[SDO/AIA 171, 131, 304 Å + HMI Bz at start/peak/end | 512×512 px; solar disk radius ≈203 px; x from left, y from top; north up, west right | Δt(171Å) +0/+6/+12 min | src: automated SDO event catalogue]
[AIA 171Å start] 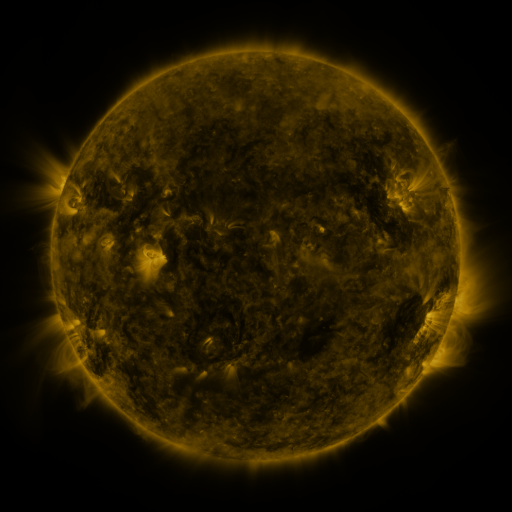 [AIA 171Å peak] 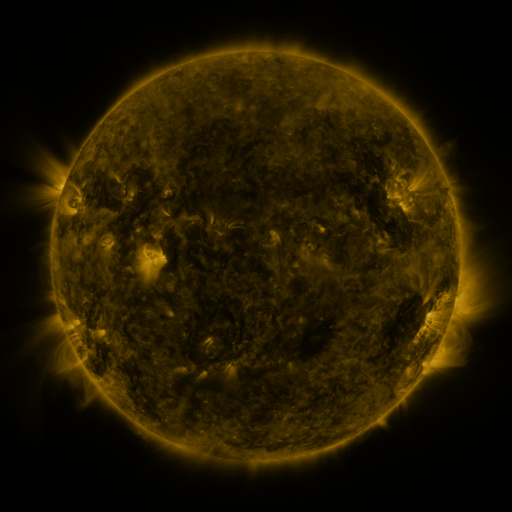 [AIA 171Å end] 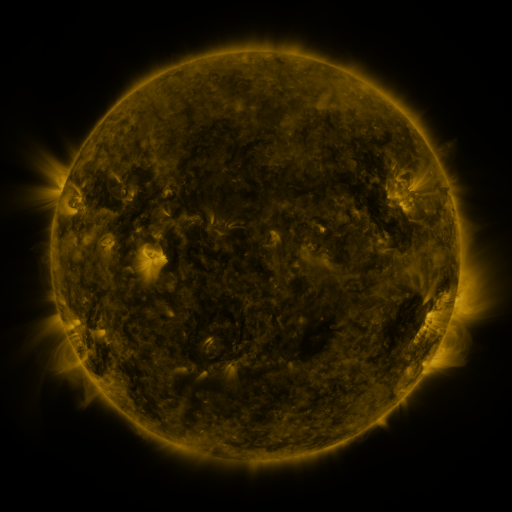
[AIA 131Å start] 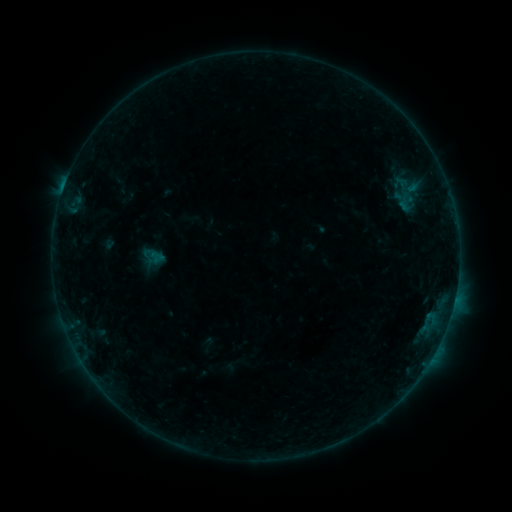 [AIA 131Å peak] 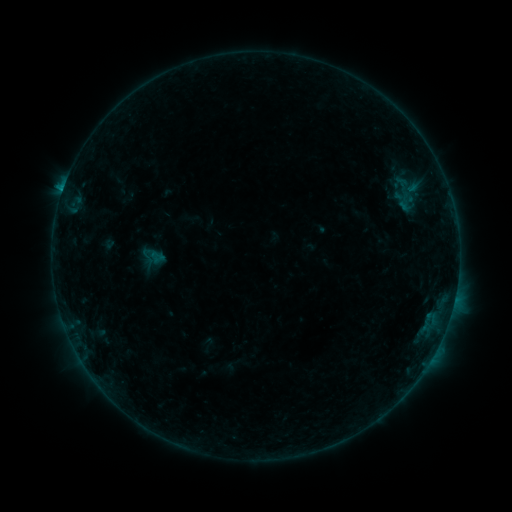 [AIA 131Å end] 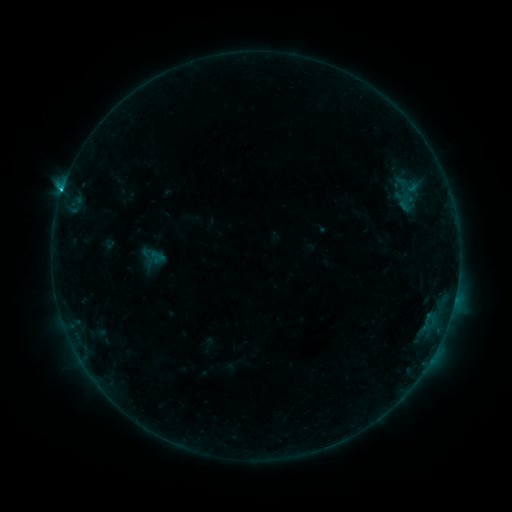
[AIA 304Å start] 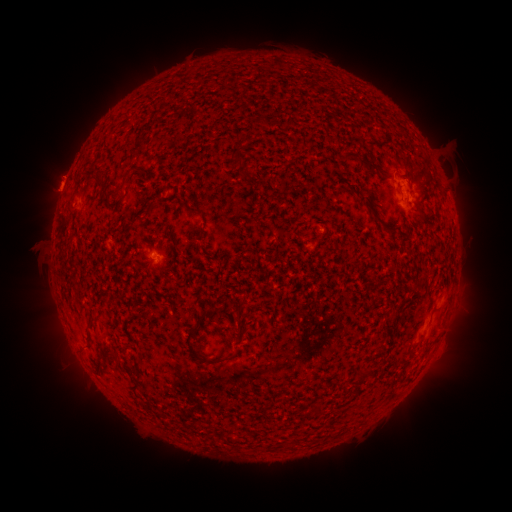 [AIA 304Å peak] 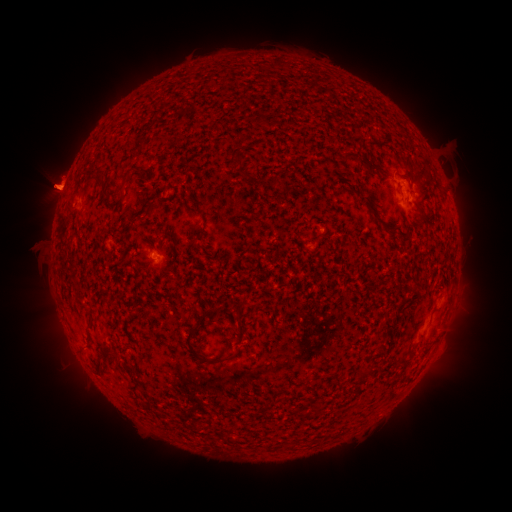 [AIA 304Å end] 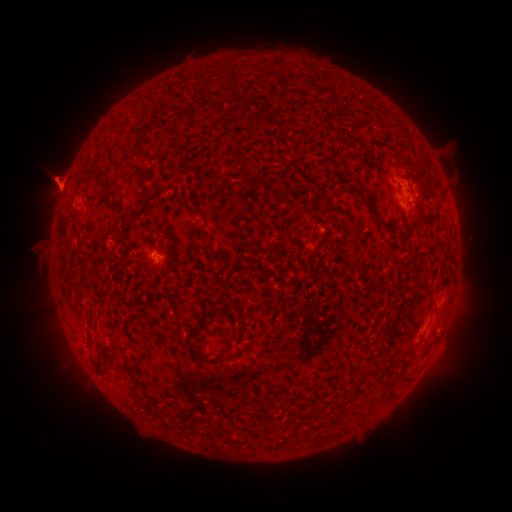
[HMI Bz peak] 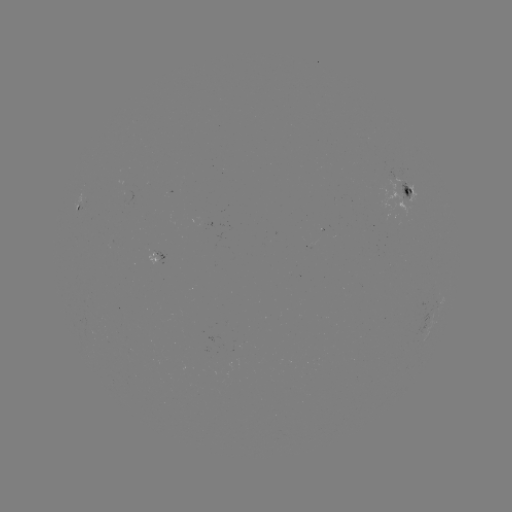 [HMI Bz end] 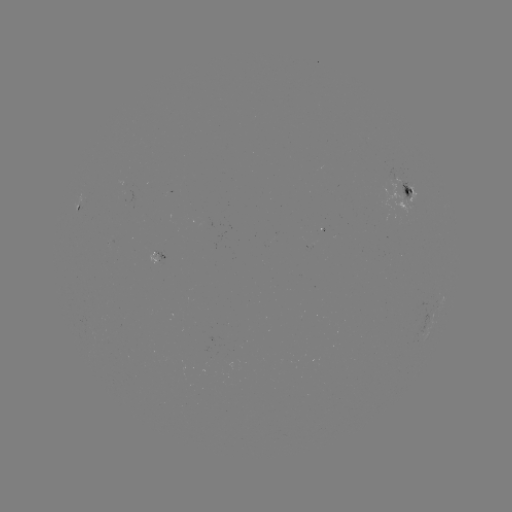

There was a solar eruption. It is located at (100, 182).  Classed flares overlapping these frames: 1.